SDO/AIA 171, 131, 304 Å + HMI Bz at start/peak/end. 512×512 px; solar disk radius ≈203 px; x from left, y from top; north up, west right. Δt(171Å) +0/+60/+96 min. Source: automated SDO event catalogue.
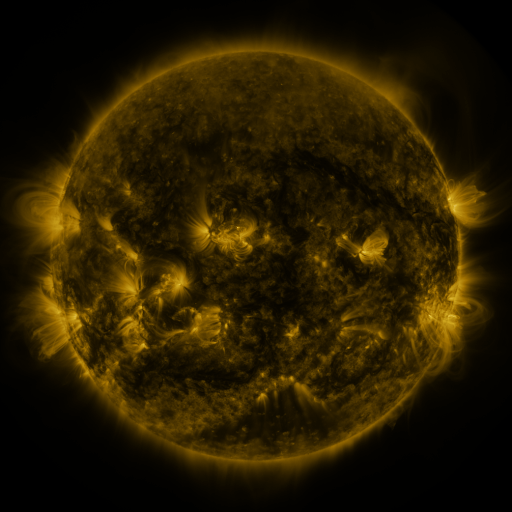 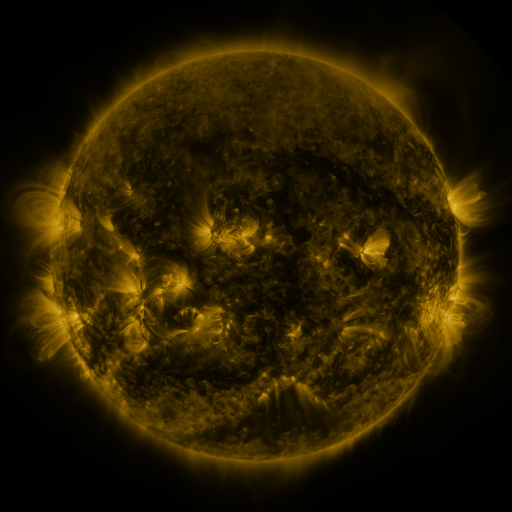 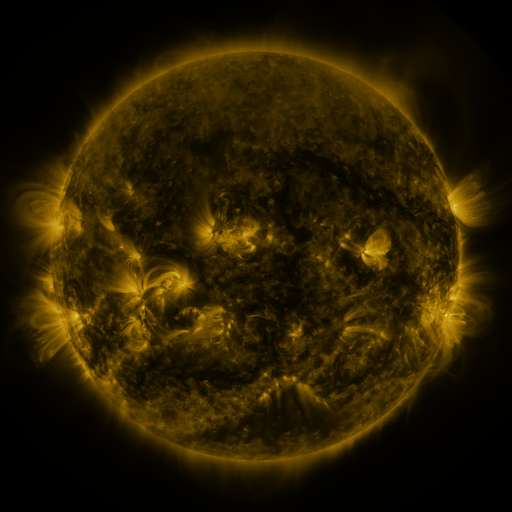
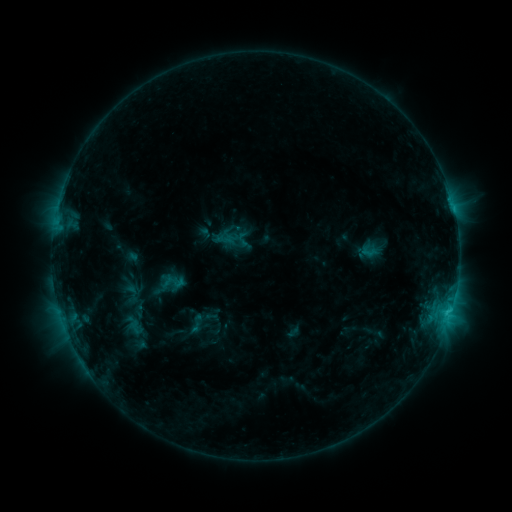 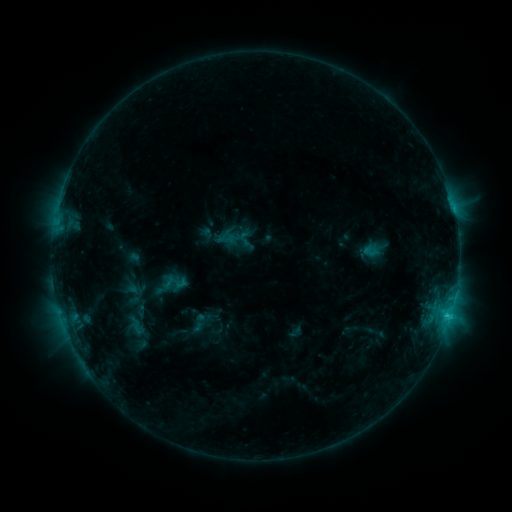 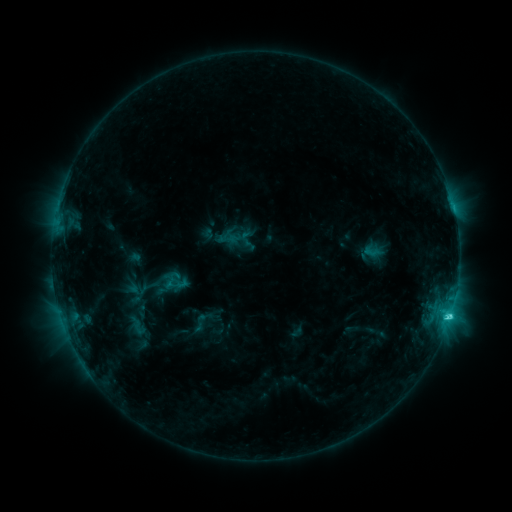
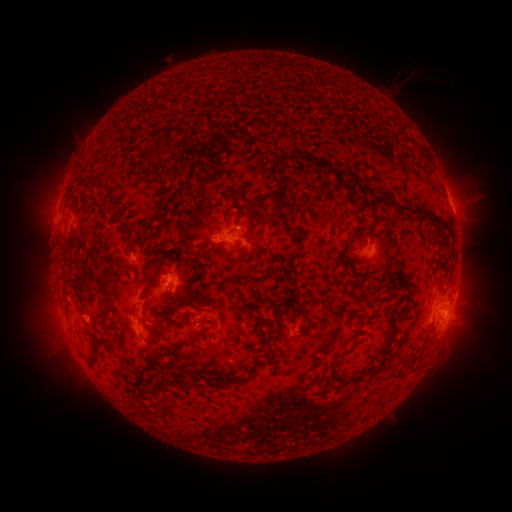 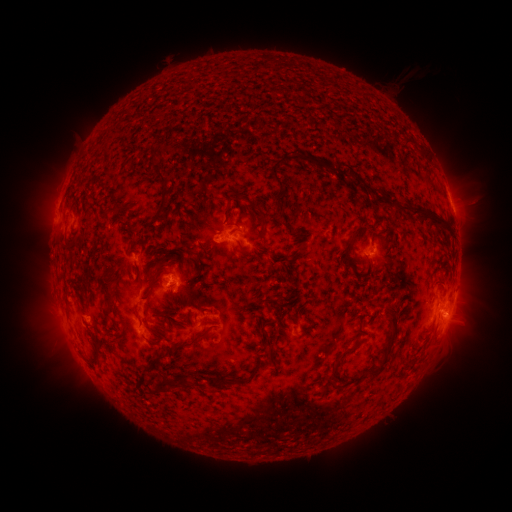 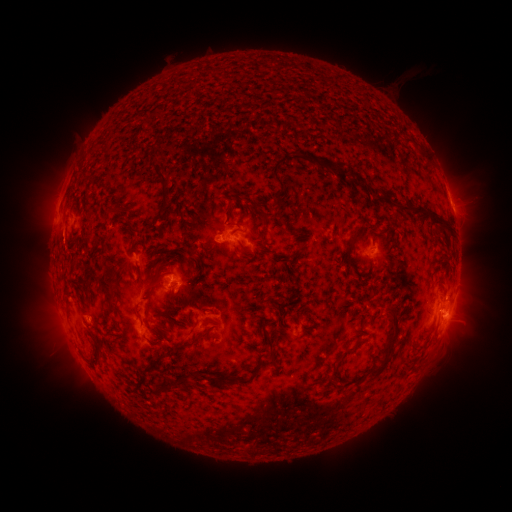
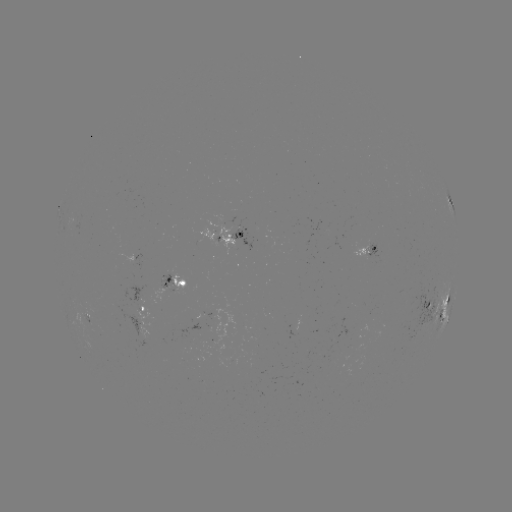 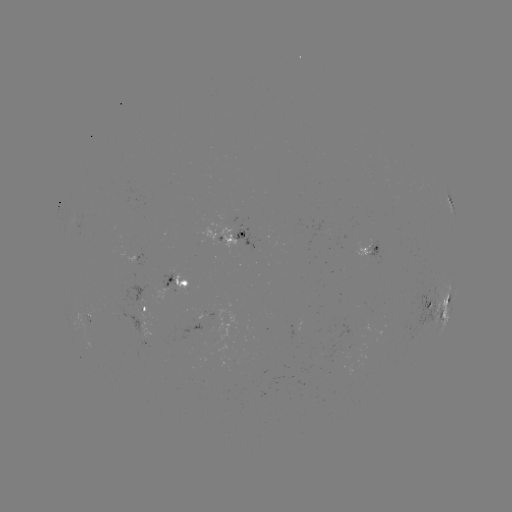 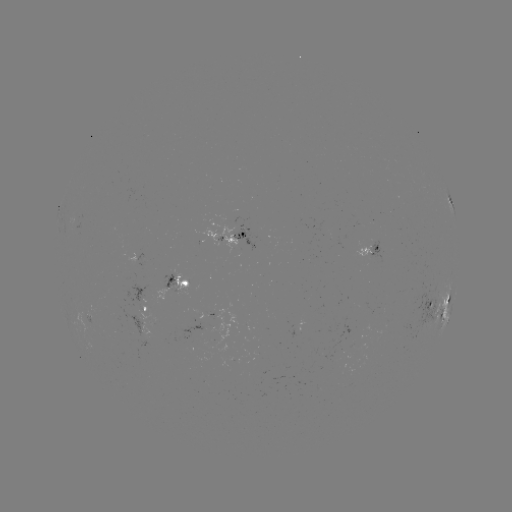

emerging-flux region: [367, 240, 384, 263]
